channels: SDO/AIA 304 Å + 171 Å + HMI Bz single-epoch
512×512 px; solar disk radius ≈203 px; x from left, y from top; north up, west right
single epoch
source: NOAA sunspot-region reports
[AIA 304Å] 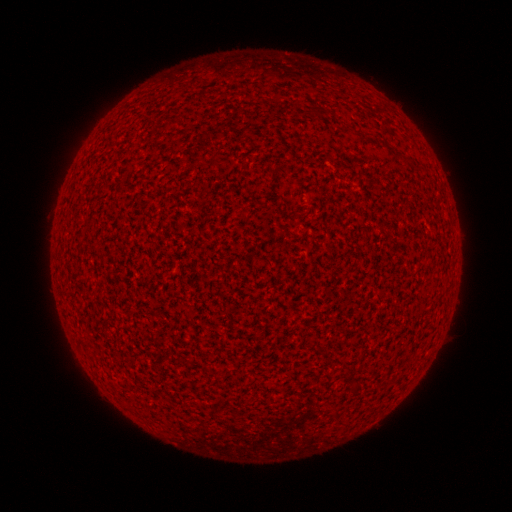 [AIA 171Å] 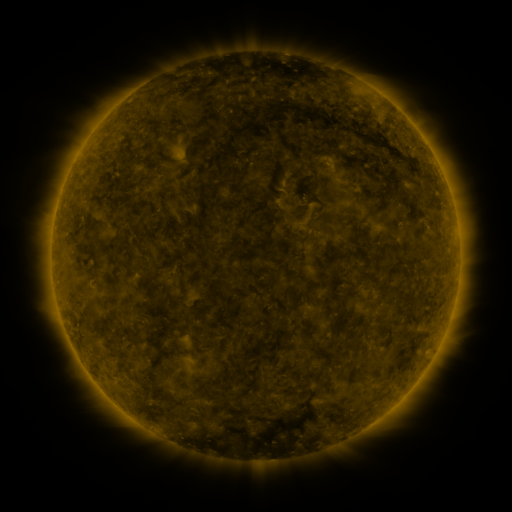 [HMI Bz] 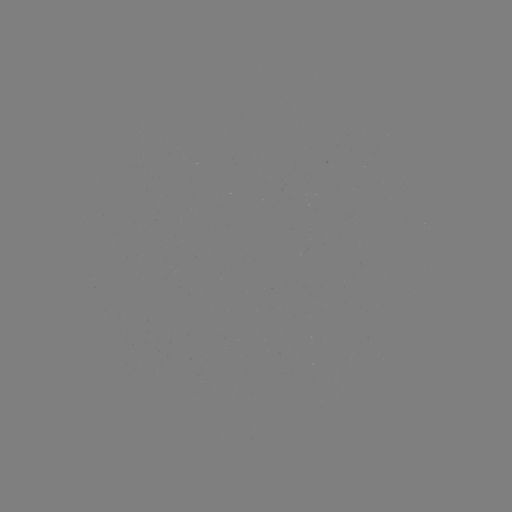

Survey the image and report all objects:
(none)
